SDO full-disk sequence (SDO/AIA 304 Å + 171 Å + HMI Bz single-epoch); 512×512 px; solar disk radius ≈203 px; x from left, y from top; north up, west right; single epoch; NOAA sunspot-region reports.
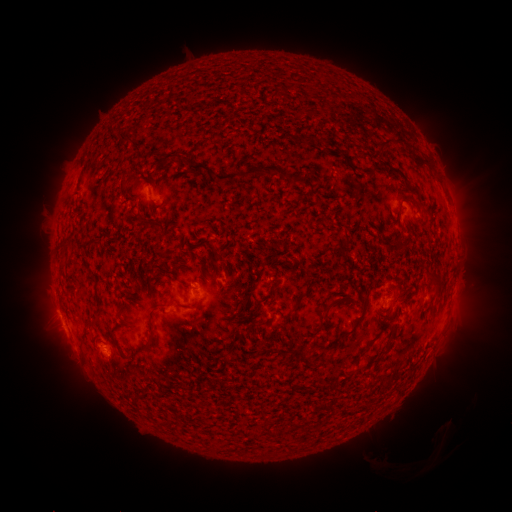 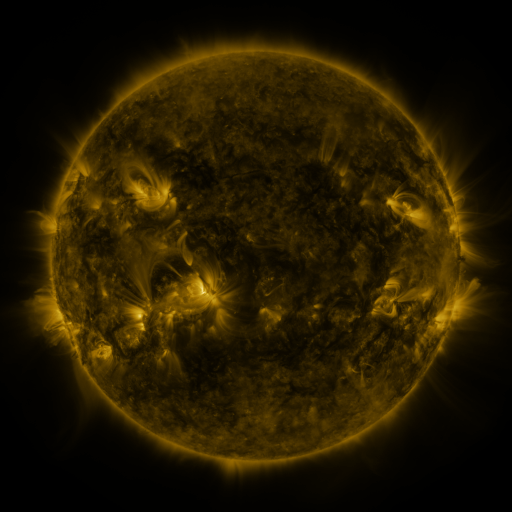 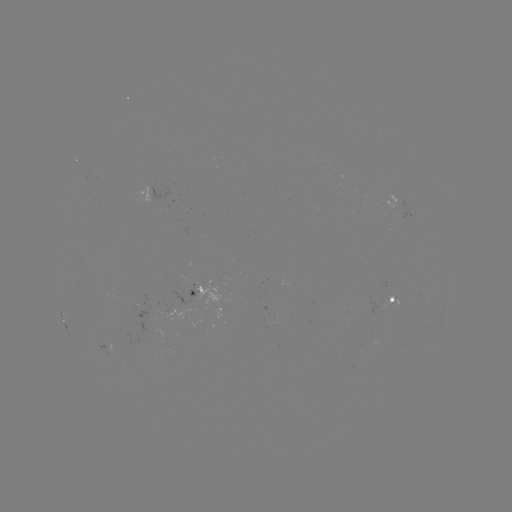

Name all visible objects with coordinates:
spotted active region: (153, 193)
spotted active region: (193, 292)
spotted active region: (389, 301)
